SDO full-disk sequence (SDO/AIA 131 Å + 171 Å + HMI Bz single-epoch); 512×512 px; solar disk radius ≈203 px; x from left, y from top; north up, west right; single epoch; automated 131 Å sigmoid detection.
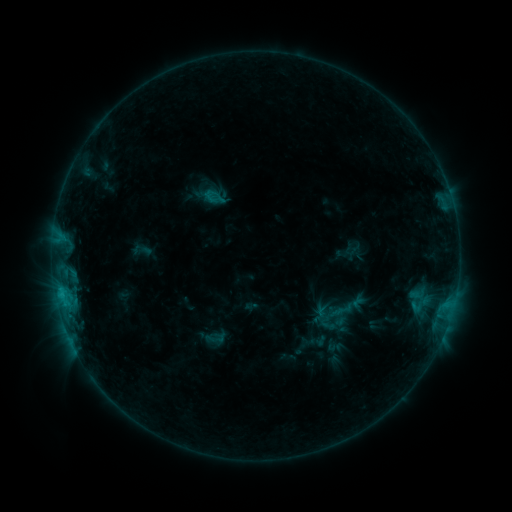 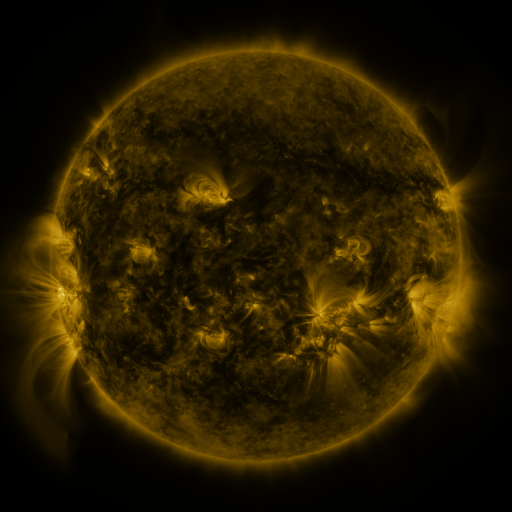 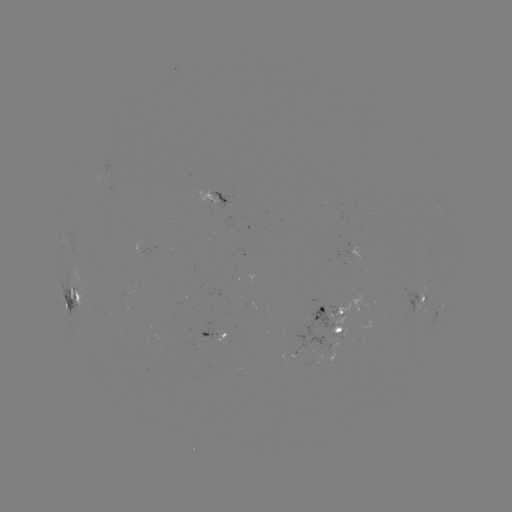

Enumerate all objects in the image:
sigmoid: (202, 329, 226, 350)
